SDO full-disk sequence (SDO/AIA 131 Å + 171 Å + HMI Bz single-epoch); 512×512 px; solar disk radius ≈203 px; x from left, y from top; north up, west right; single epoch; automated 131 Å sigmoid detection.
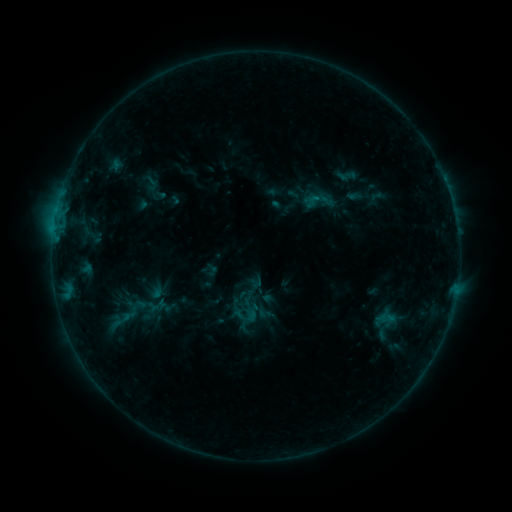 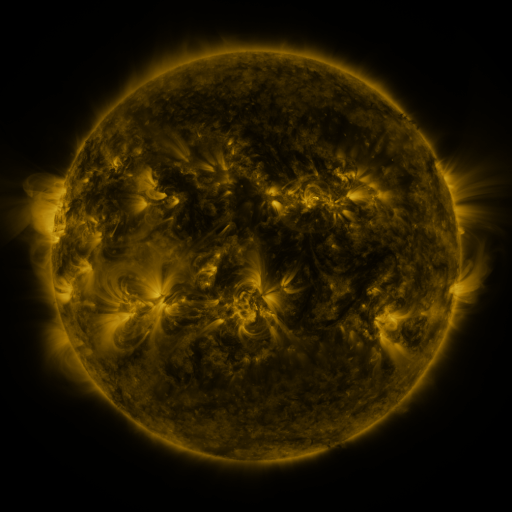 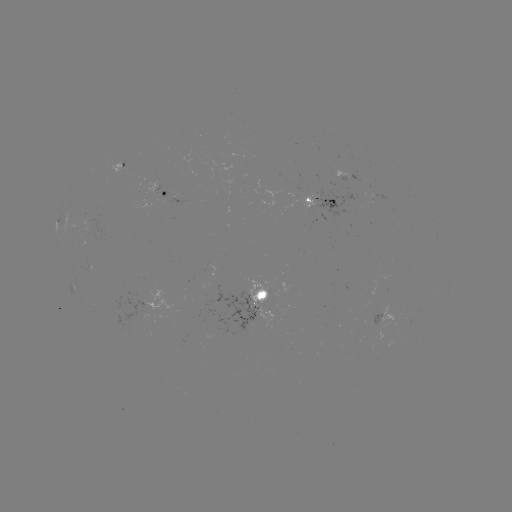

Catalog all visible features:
sigmoid: (144, 175, 160, 192)
